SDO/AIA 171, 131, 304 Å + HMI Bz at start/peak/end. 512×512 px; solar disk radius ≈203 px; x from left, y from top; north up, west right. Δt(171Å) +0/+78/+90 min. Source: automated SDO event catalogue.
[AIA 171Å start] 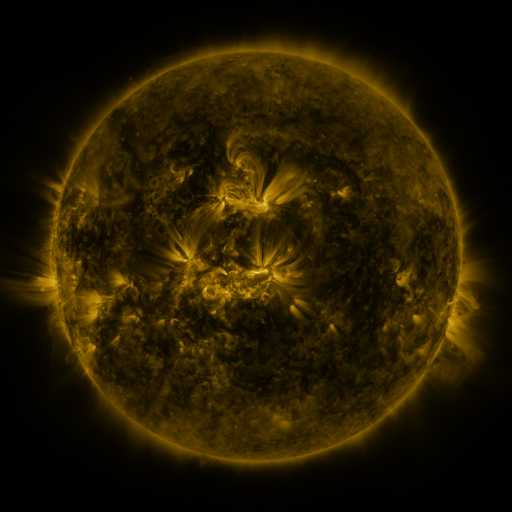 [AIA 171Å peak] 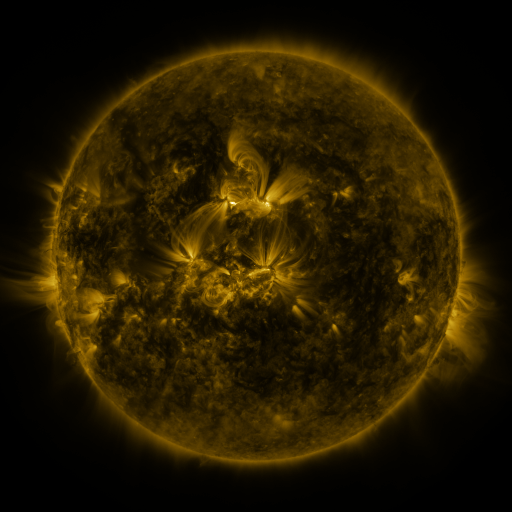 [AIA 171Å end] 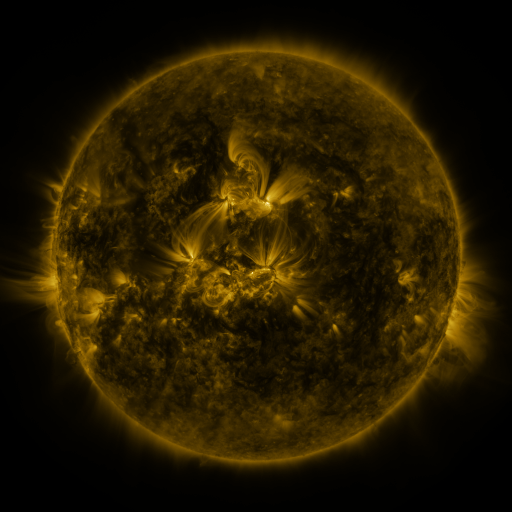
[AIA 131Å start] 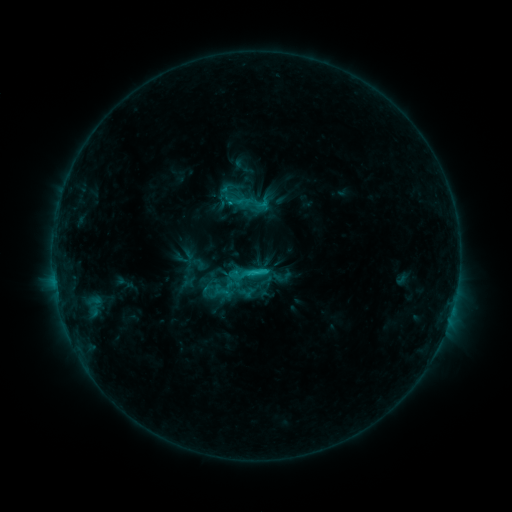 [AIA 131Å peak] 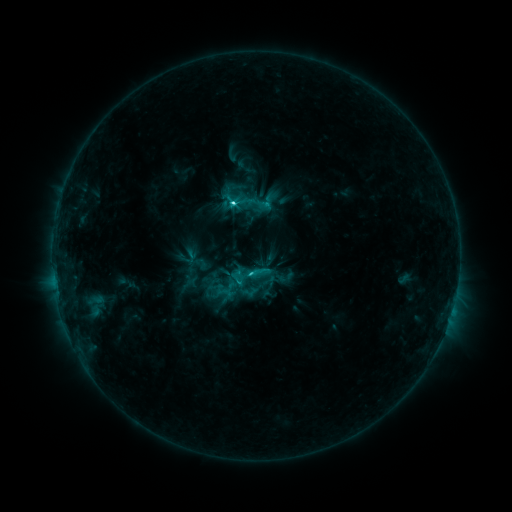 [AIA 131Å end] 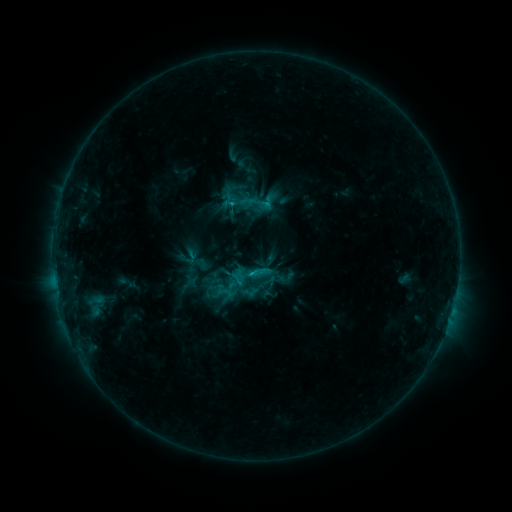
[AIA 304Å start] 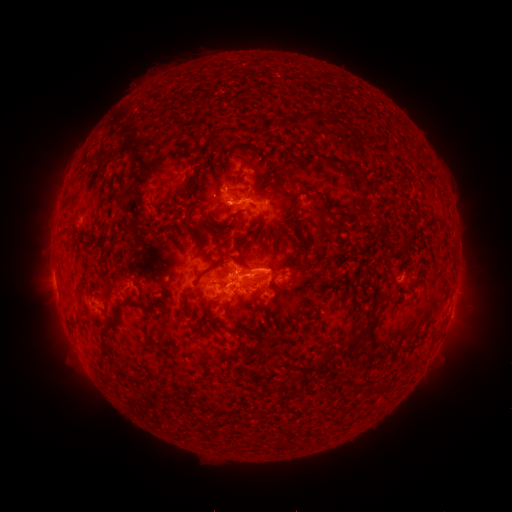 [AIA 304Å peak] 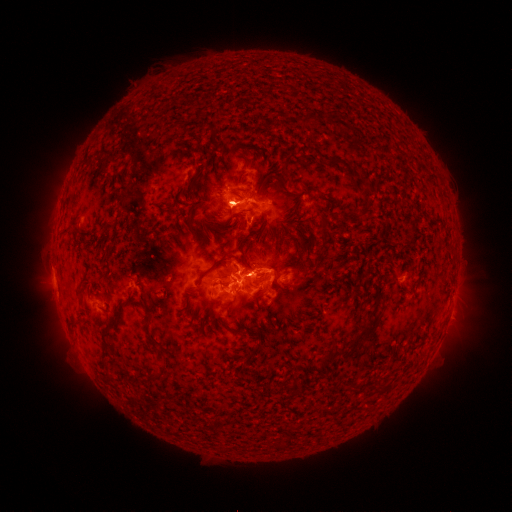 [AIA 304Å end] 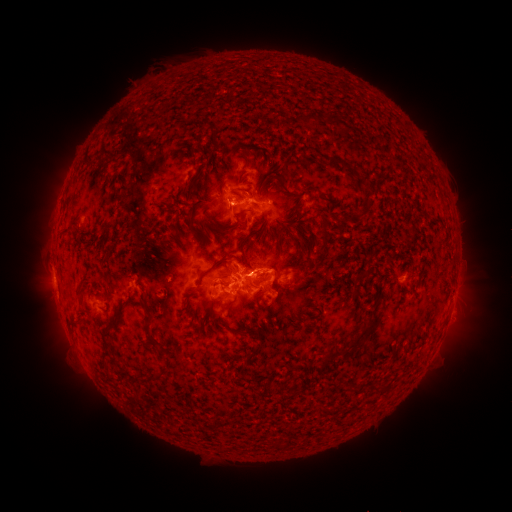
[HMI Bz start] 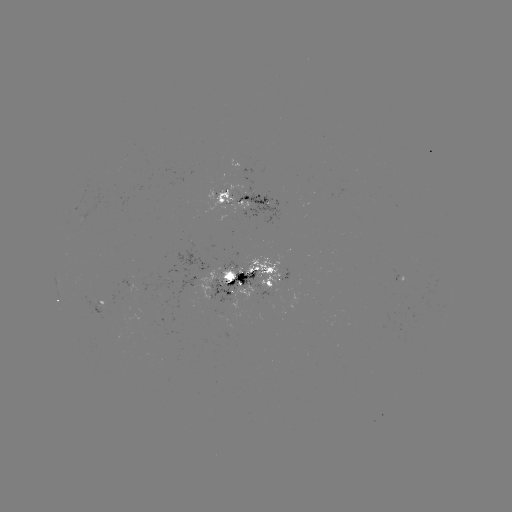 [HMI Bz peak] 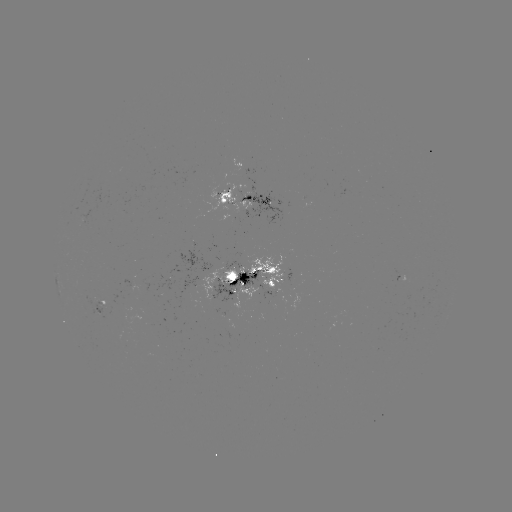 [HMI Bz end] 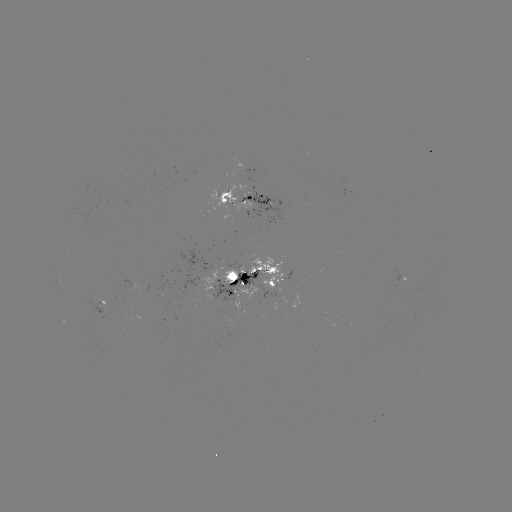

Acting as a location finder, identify emerging-flux region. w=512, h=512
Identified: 168,282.